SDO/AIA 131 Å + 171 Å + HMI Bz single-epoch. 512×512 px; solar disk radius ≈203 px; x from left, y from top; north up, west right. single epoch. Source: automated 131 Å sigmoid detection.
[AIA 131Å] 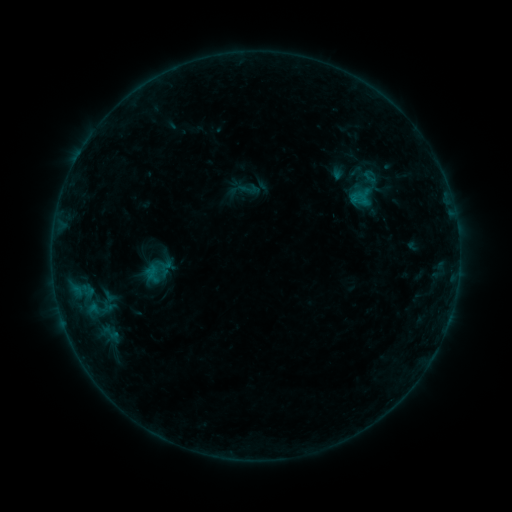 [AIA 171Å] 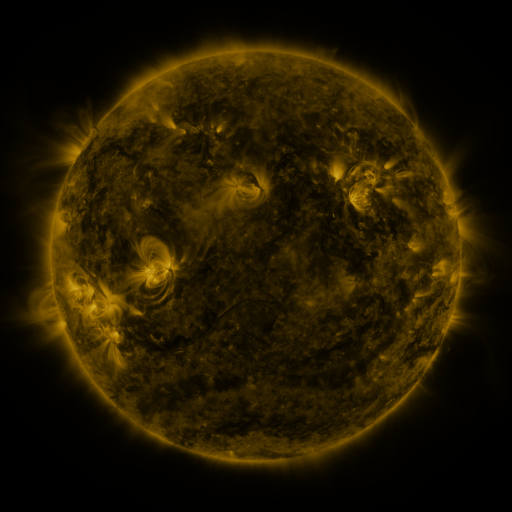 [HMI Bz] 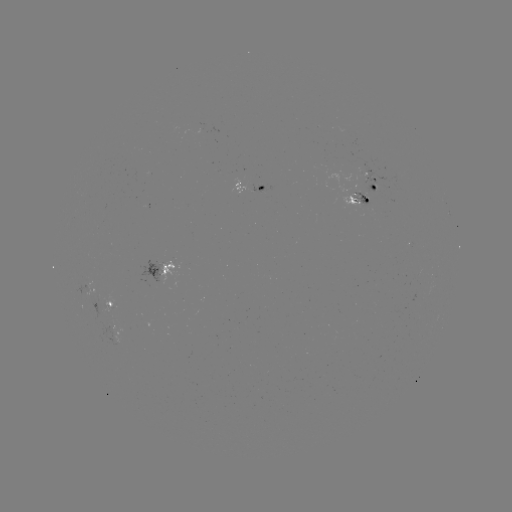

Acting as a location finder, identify sigmoid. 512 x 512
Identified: (248, 188).